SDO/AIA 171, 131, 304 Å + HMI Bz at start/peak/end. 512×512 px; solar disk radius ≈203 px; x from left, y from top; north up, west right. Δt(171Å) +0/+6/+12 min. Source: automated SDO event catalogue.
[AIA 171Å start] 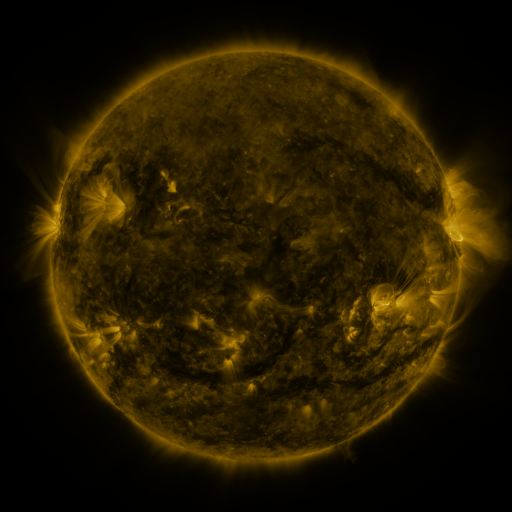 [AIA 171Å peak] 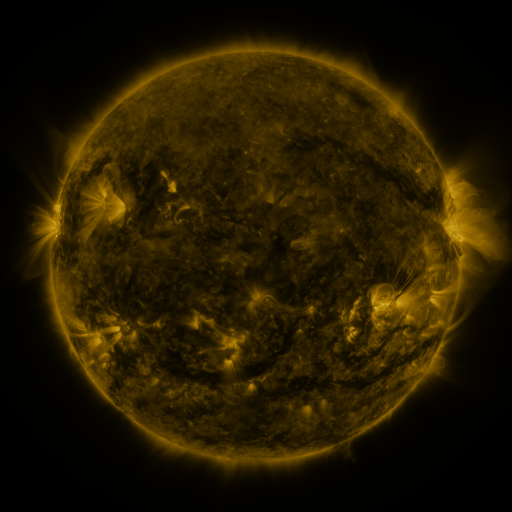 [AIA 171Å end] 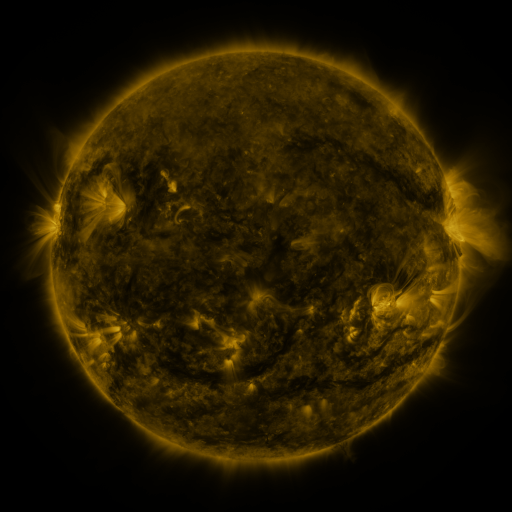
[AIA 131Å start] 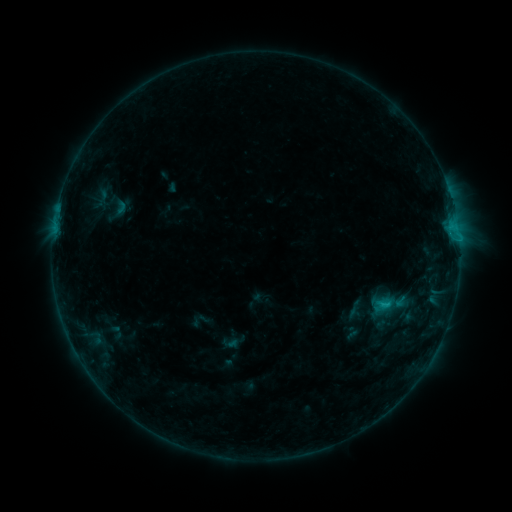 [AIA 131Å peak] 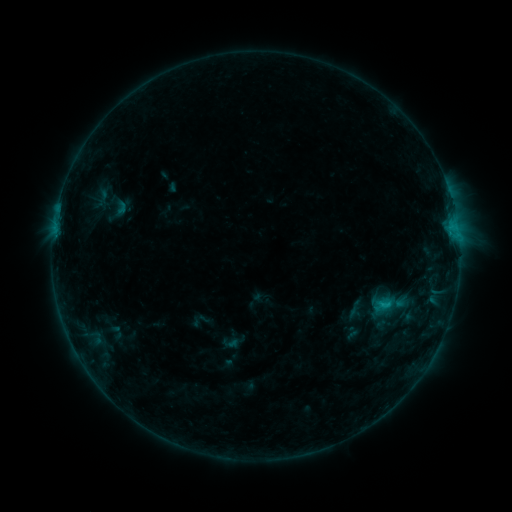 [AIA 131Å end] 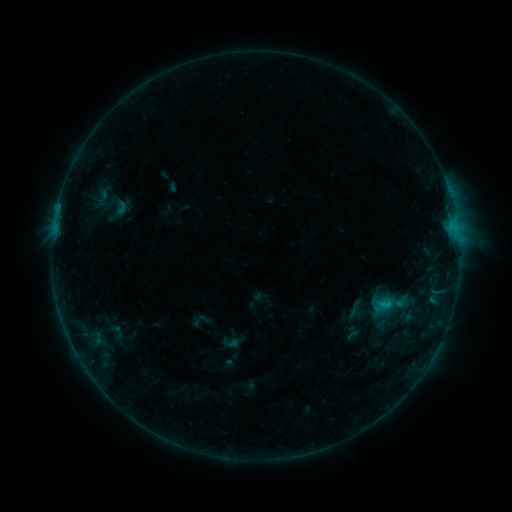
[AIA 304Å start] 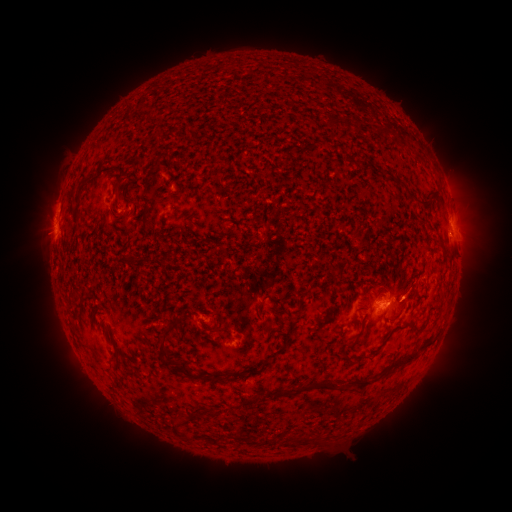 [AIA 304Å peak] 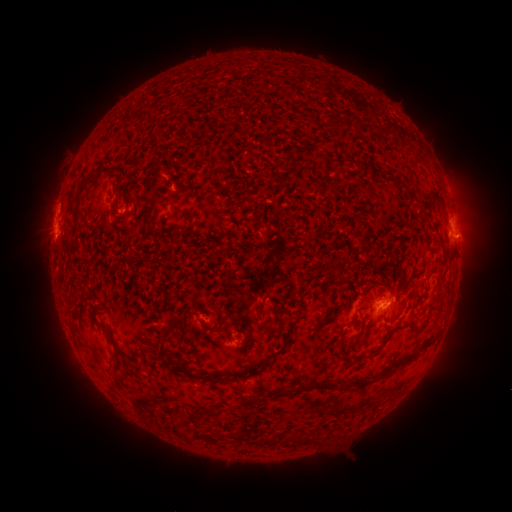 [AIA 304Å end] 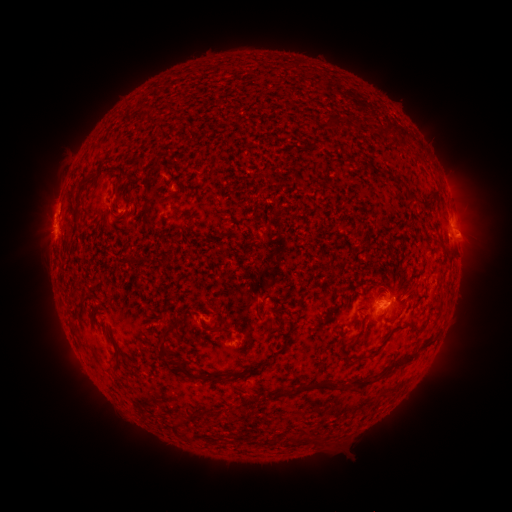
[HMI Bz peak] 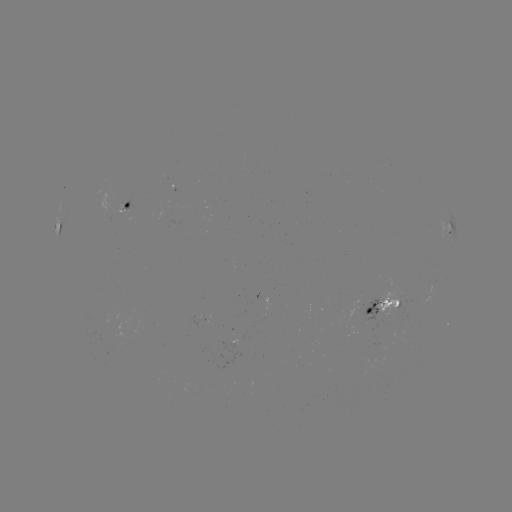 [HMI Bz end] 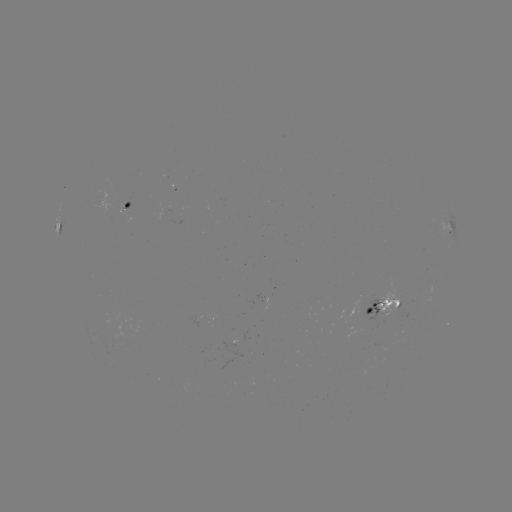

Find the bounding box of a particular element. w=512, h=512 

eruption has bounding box [435, 215, 499, 266].